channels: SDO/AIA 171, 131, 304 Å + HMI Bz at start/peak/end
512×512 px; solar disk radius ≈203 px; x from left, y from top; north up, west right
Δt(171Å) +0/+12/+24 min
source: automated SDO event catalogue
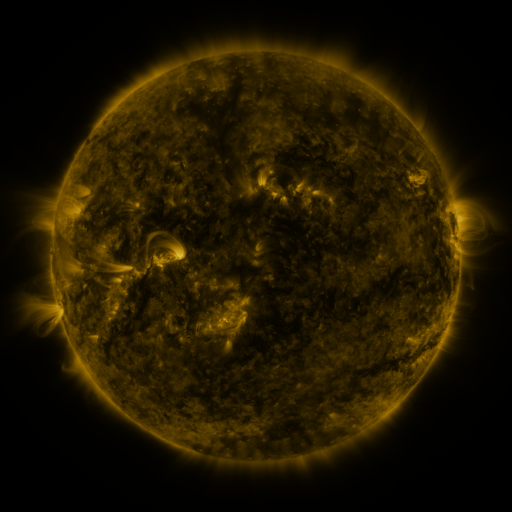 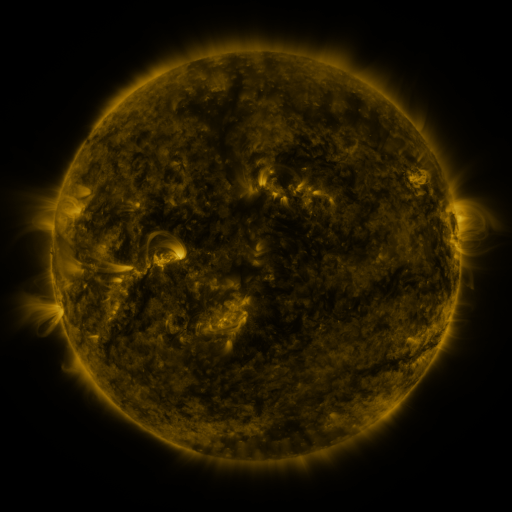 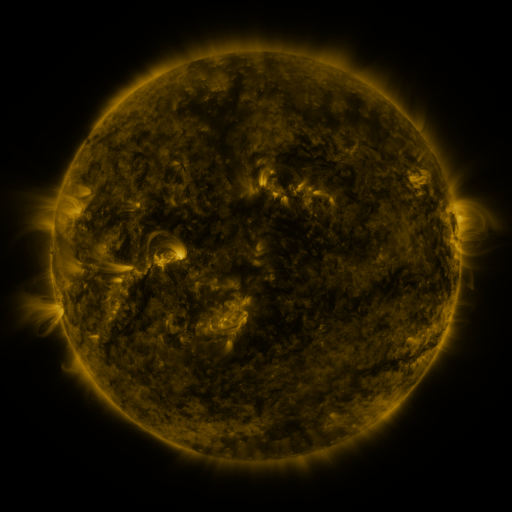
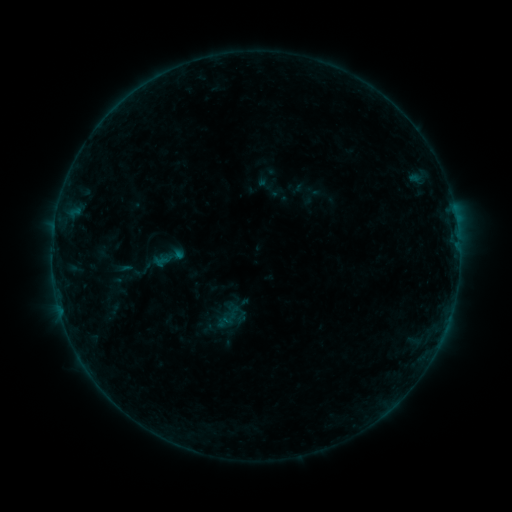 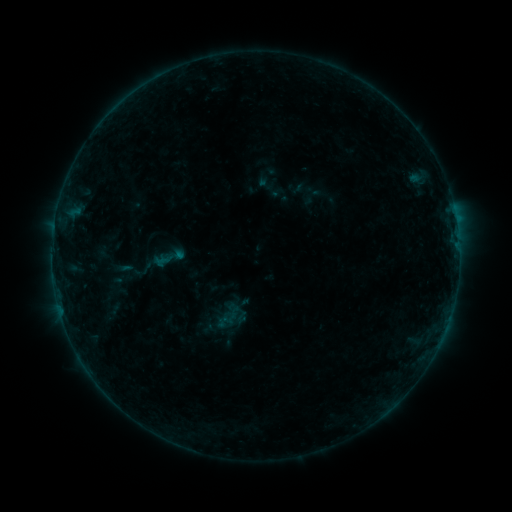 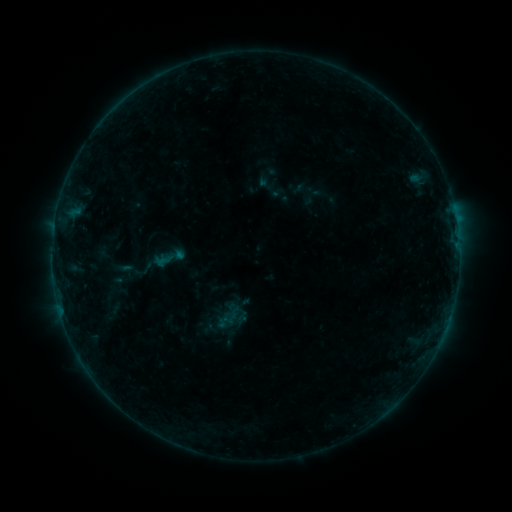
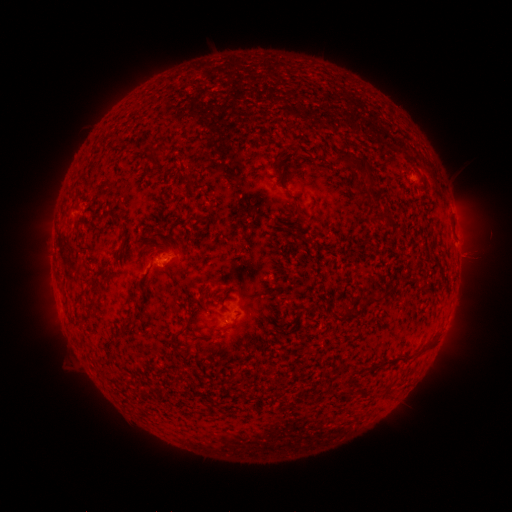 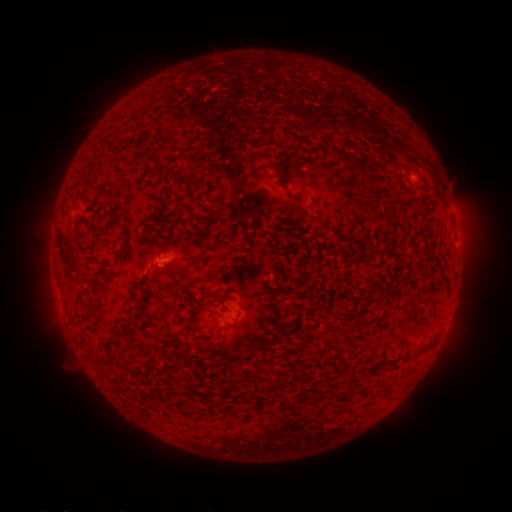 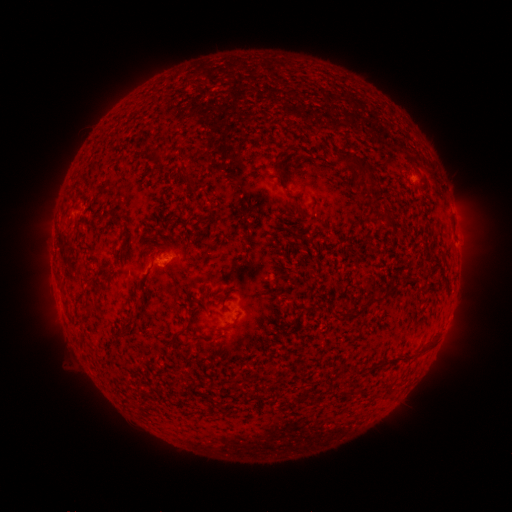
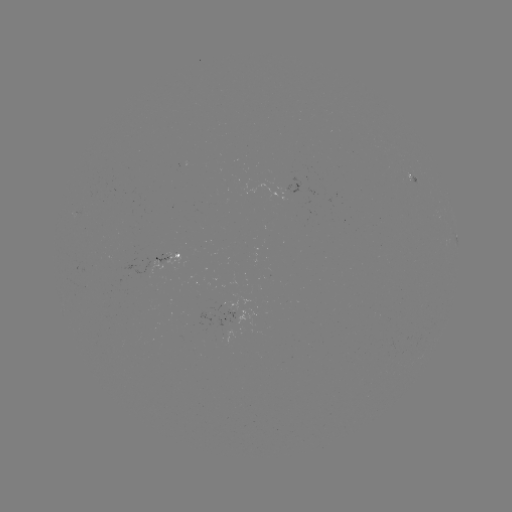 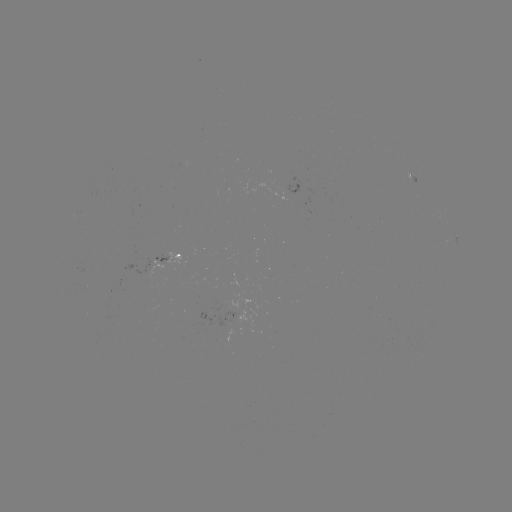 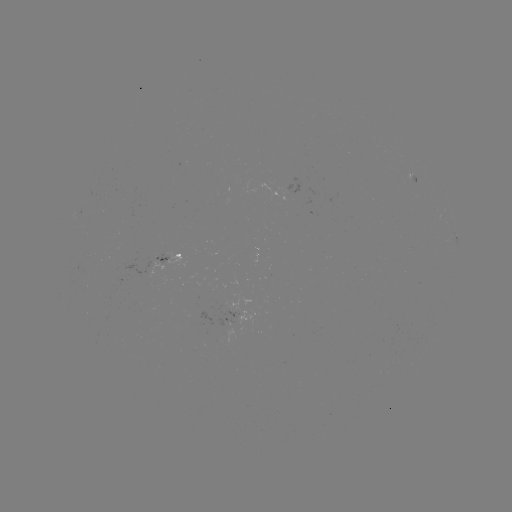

nothing was catalogued: no classed flare, no EUV trigger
